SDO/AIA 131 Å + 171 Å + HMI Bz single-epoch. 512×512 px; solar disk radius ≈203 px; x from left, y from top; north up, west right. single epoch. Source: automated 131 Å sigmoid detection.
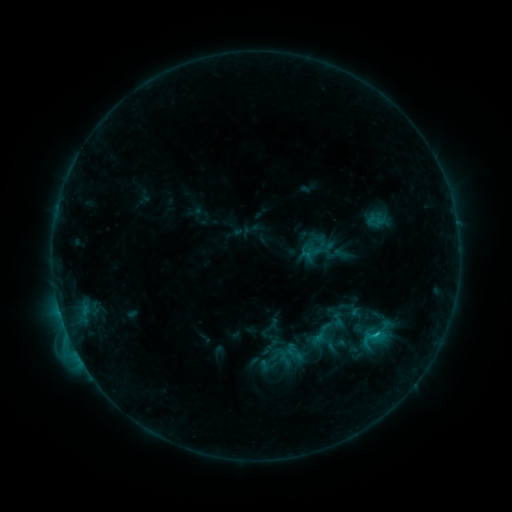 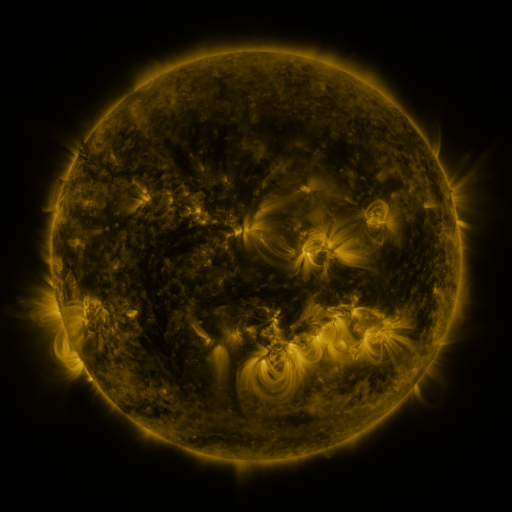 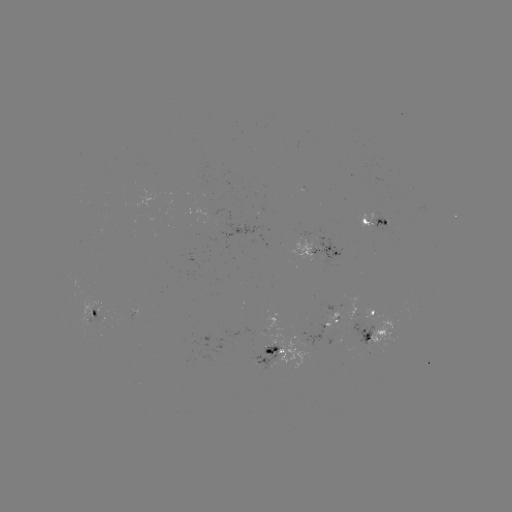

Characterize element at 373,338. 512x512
sigmoid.